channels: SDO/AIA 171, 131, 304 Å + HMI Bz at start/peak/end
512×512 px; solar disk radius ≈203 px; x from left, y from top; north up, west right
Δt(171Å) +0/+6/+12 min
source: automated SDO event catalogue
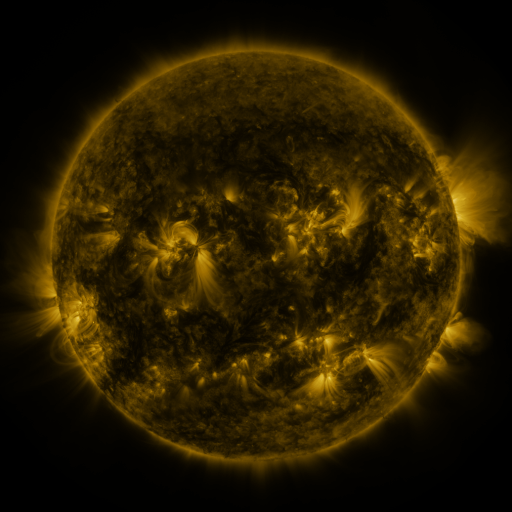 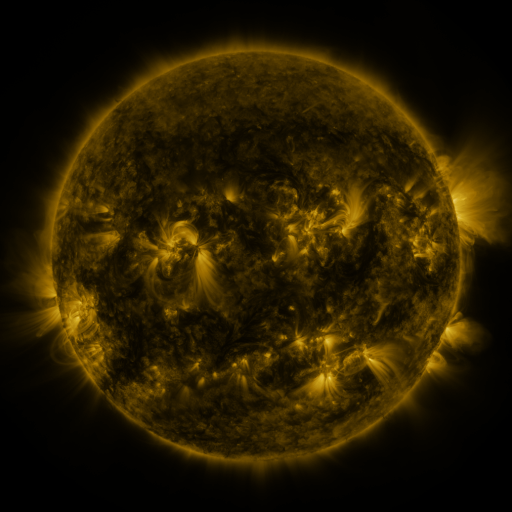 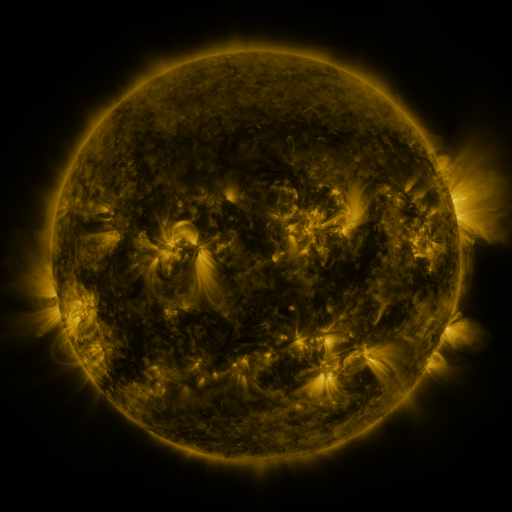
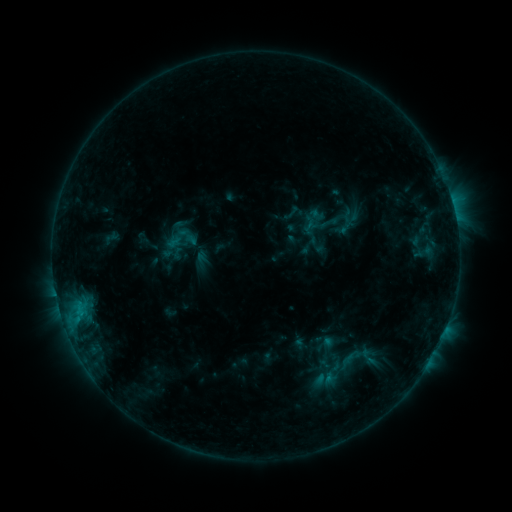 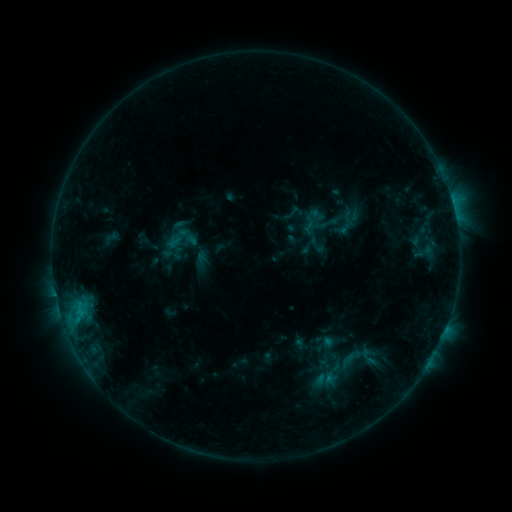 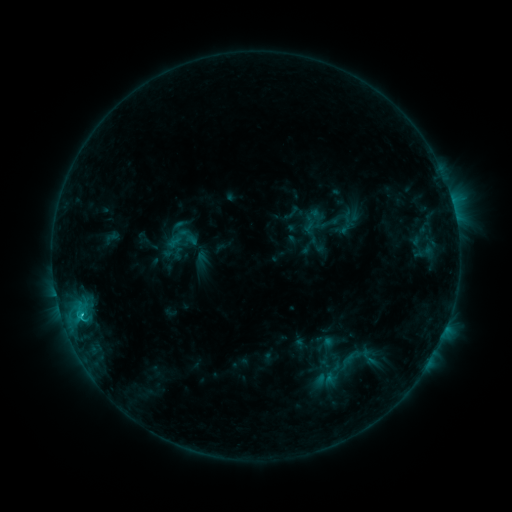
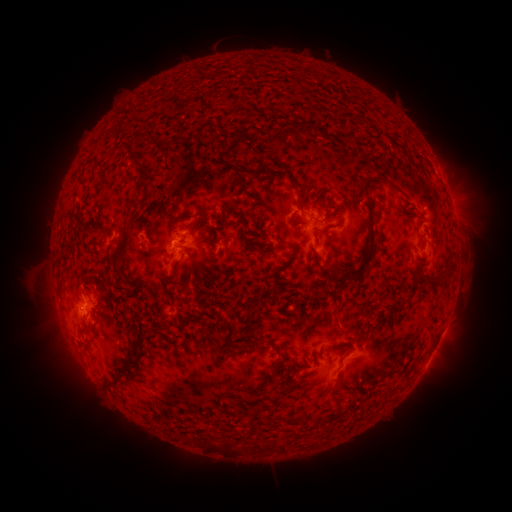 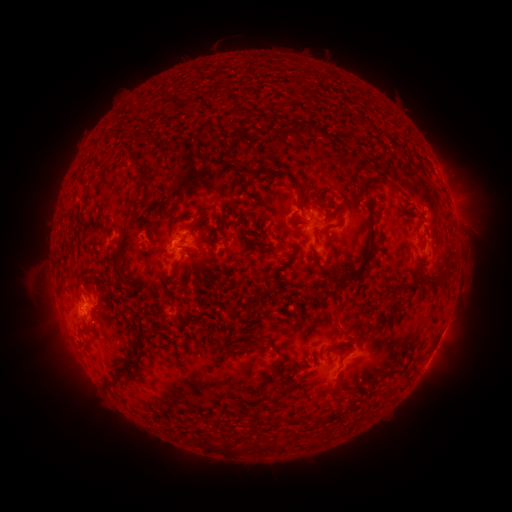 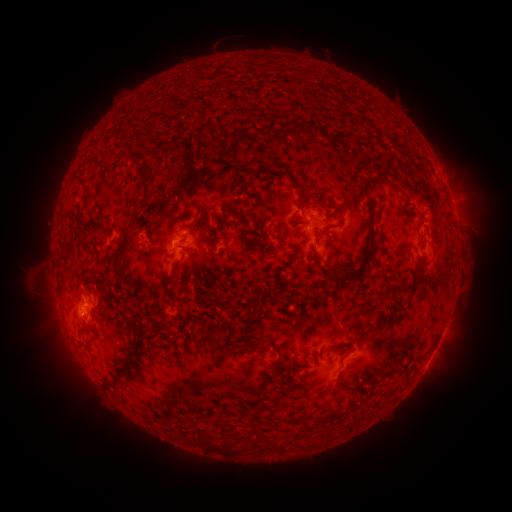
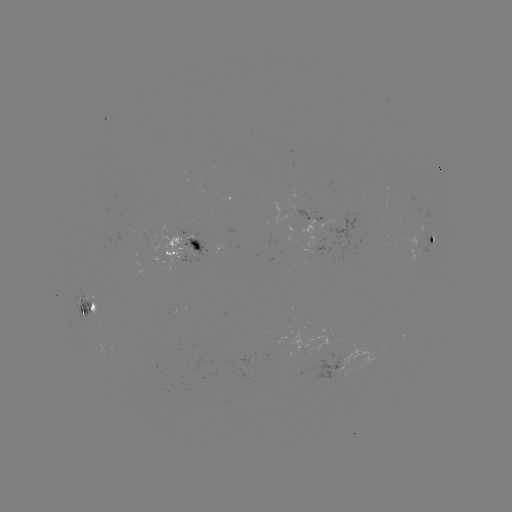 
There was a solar flare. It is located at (83, 313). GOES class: C1.3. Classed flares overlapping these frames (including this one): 1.